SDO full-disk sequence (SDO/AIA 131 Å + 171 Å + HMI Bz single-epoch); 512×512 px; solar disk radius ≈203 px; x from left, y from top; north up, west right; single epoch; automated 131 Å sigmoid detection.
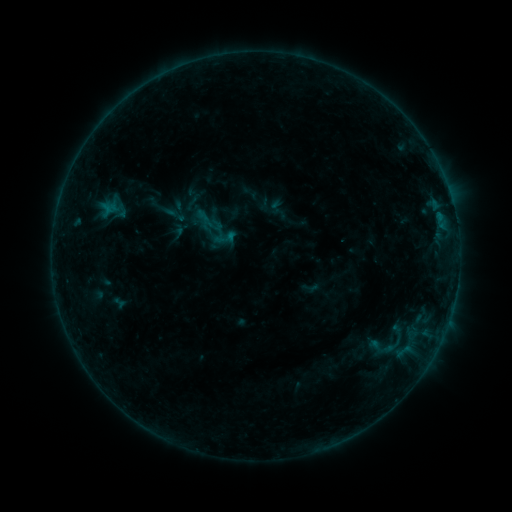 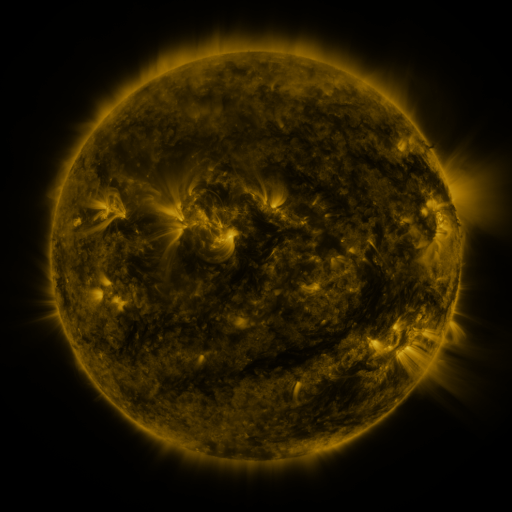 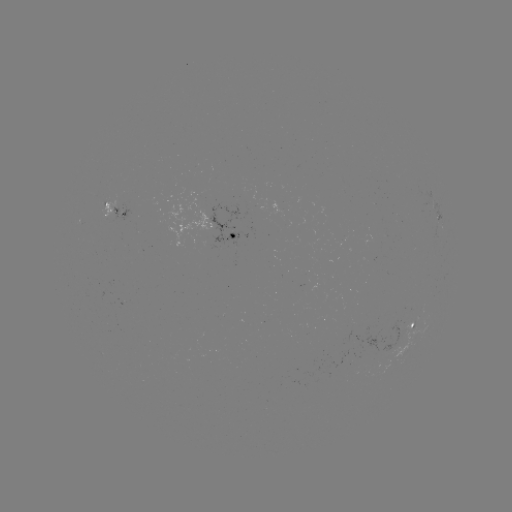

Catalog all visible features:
sigmoid: (193, 205, 224, 237)
